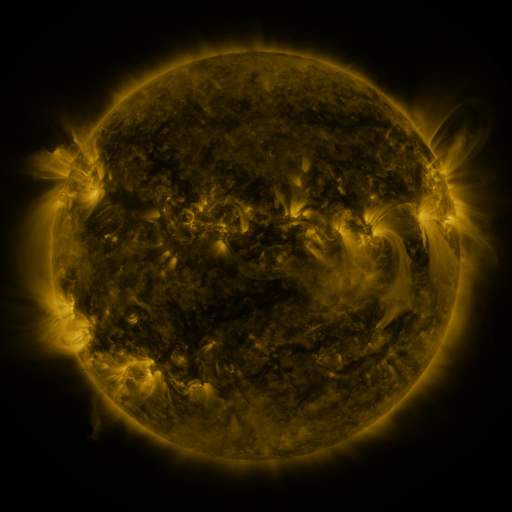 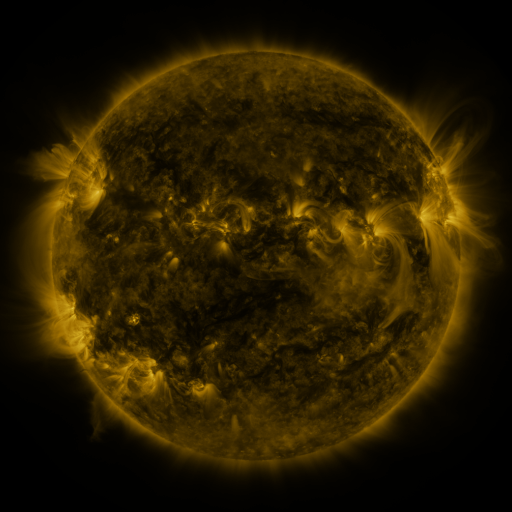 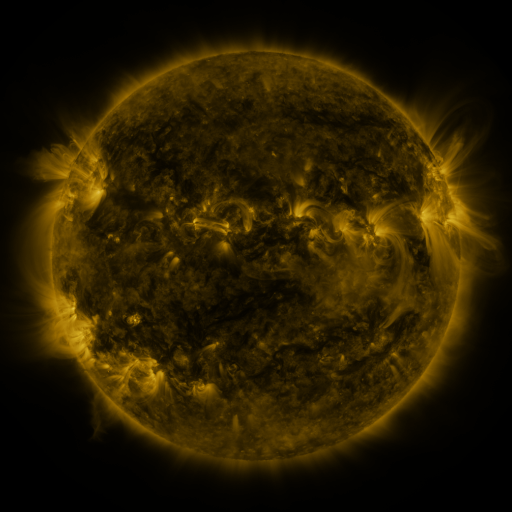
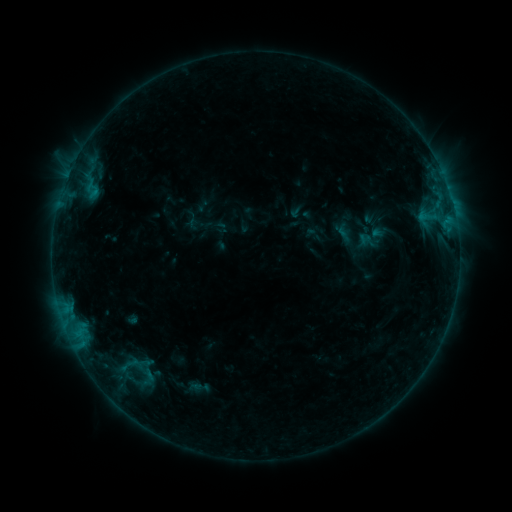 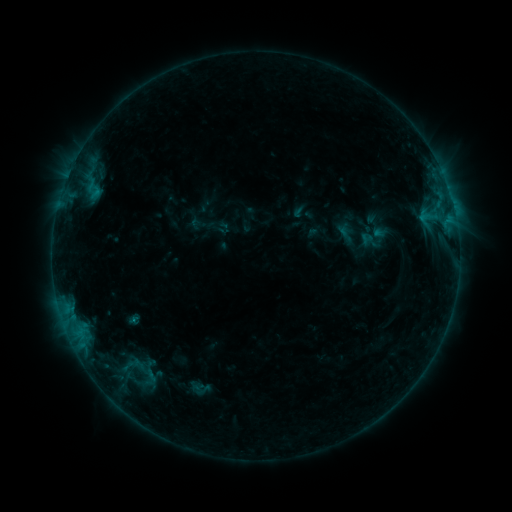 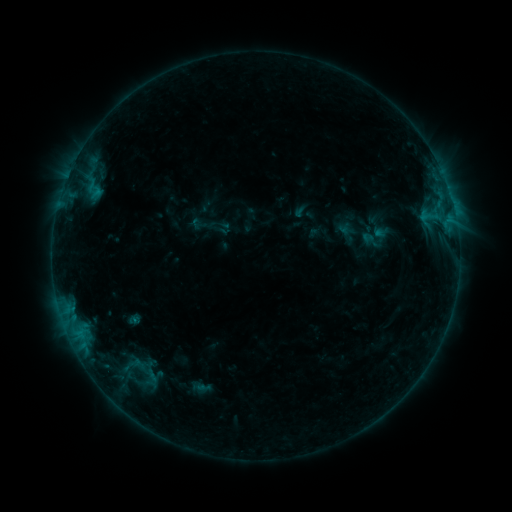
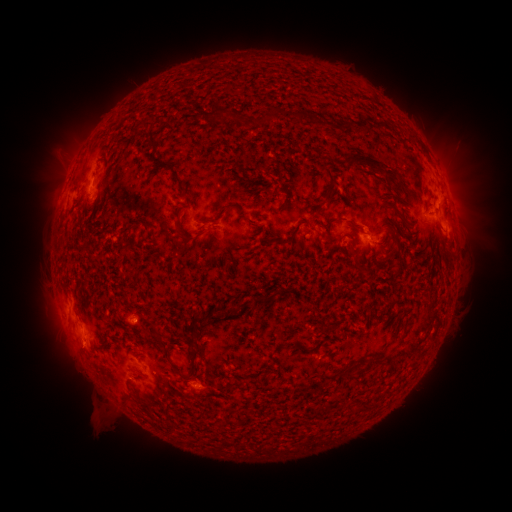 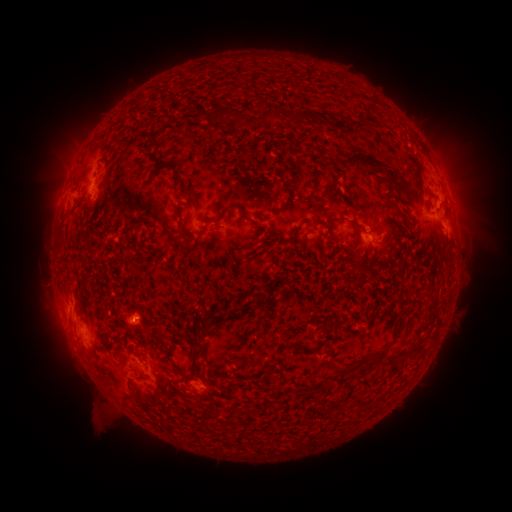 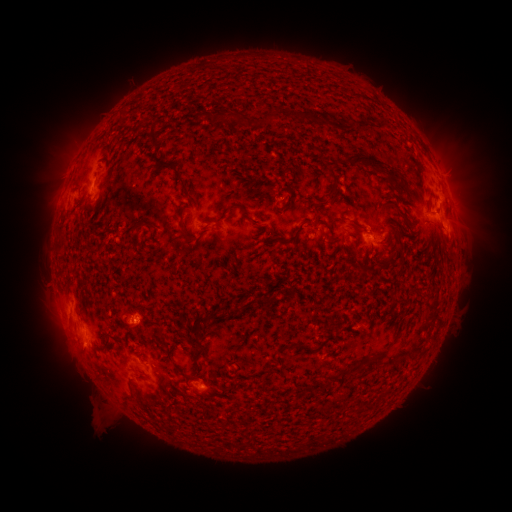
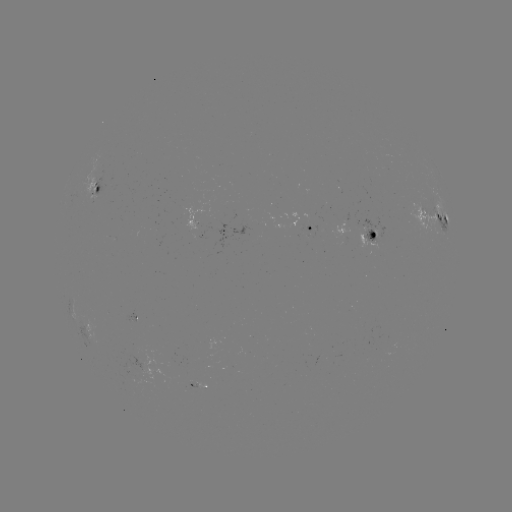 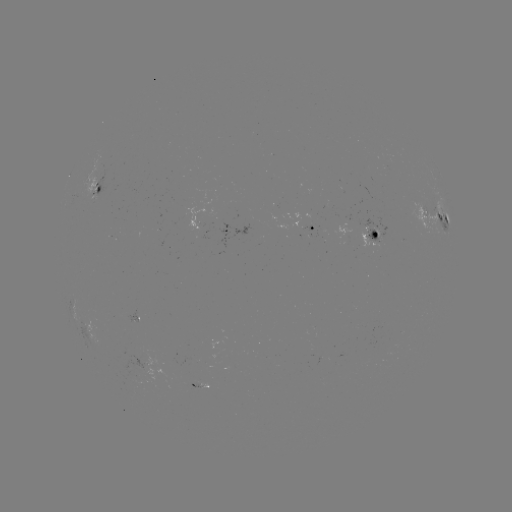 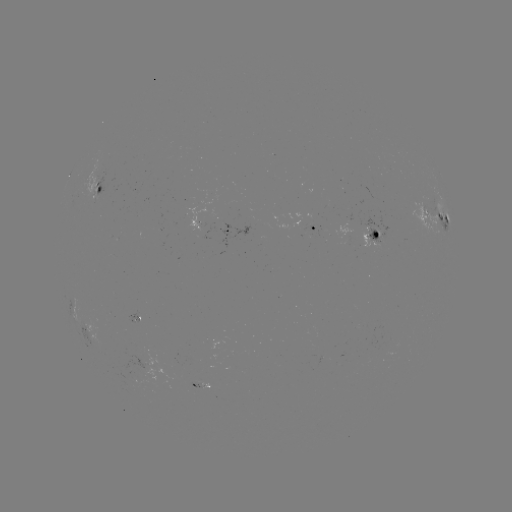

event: emerging-flux region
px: (310, 221)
